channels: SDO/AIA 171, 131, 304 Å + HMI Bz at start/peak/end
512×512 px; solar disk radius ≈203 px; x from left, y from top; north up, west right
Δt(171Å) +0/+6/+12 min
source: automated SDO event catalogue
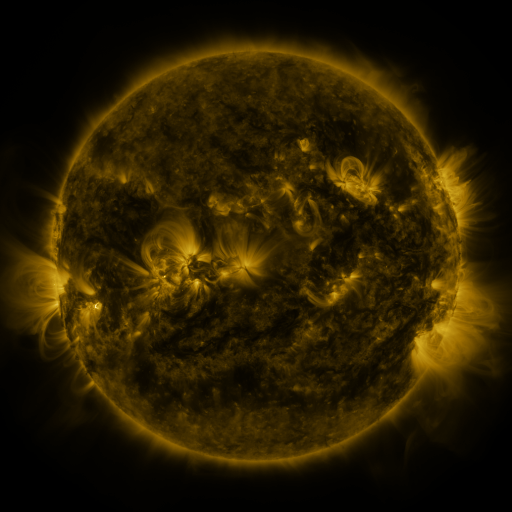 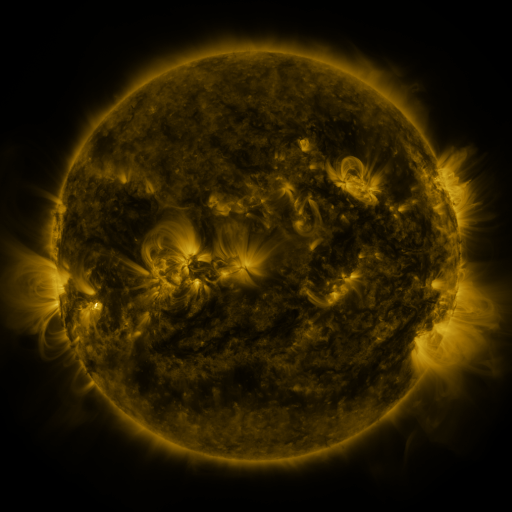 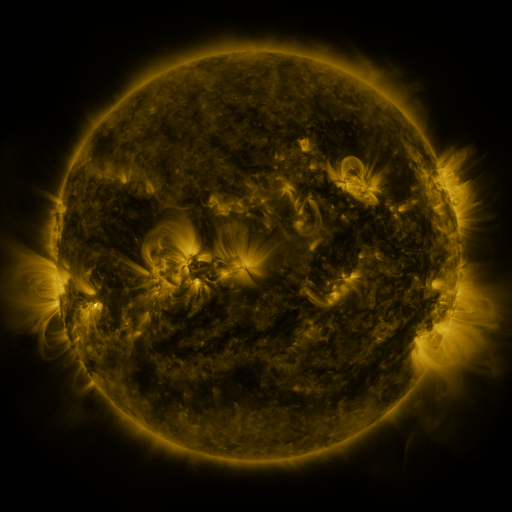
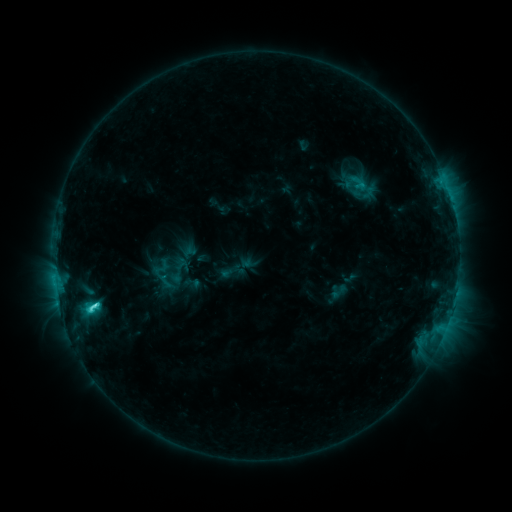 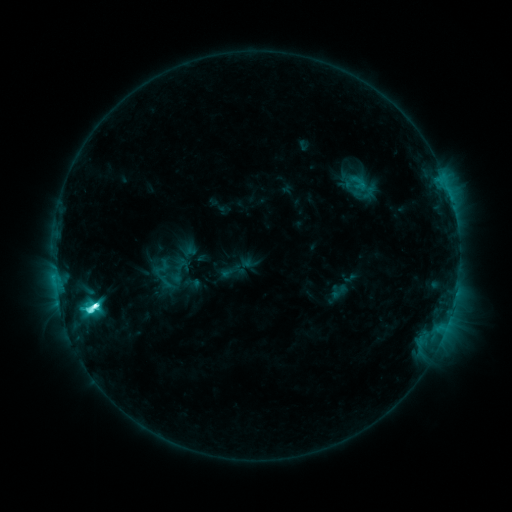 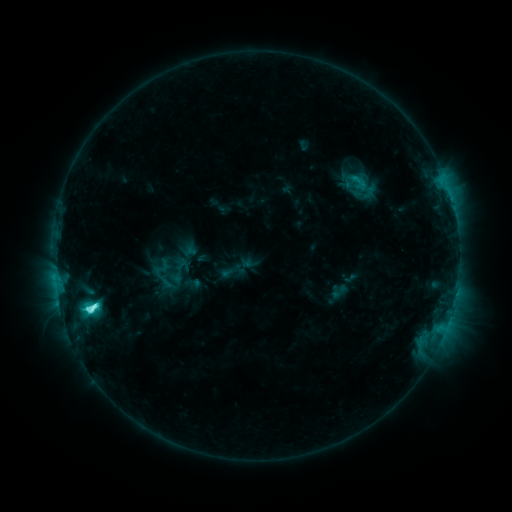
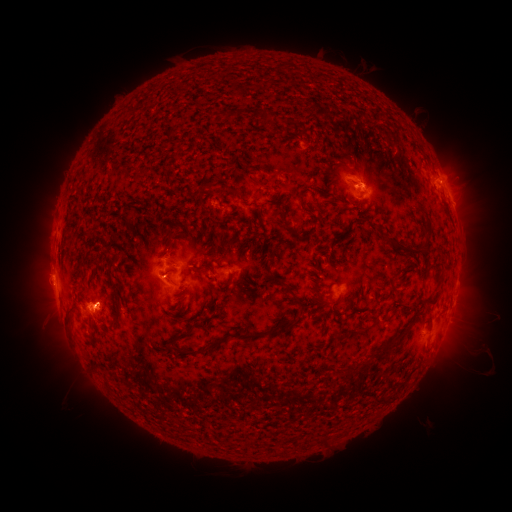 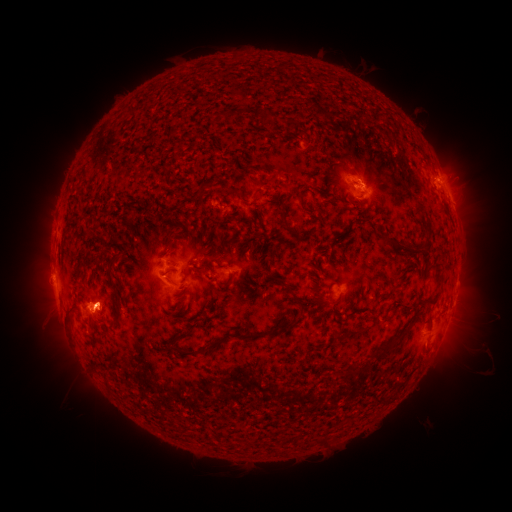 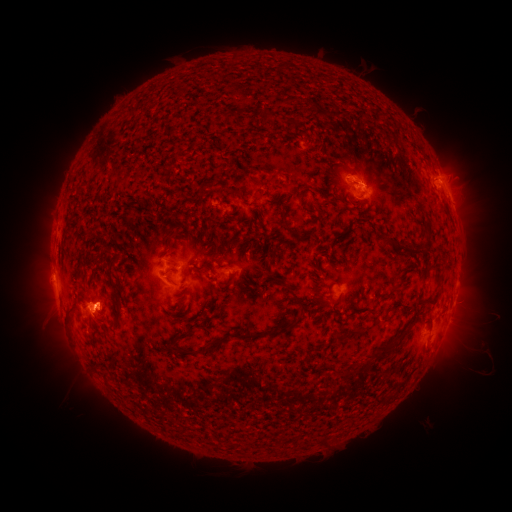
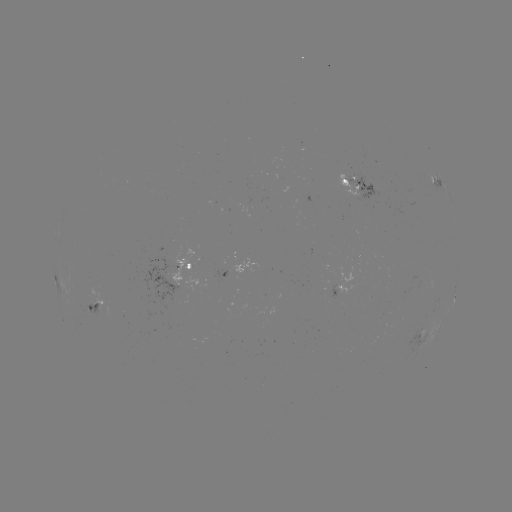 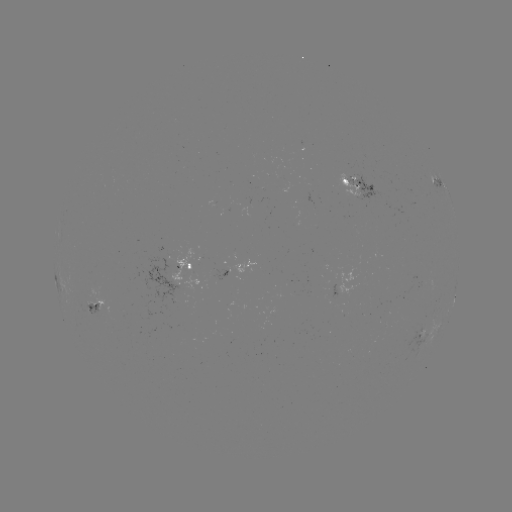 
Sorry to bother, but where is M1.0 flare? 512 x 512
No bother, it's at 97,304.